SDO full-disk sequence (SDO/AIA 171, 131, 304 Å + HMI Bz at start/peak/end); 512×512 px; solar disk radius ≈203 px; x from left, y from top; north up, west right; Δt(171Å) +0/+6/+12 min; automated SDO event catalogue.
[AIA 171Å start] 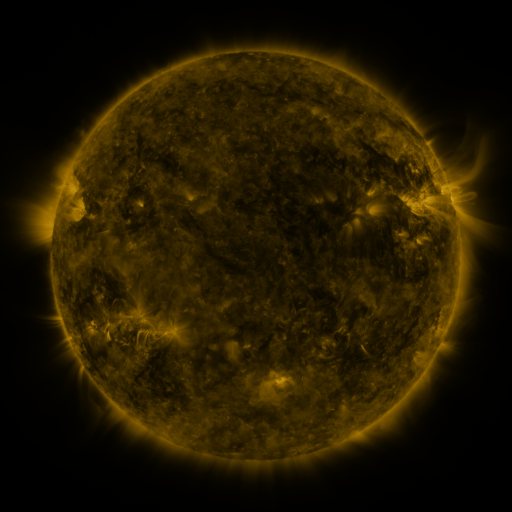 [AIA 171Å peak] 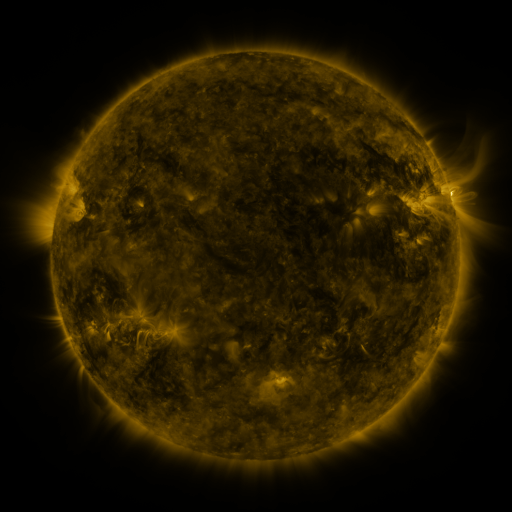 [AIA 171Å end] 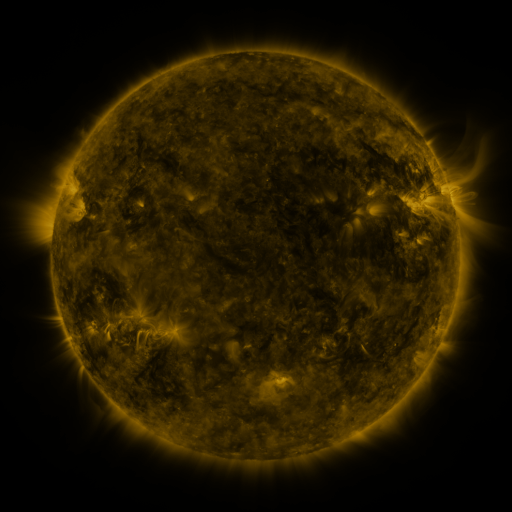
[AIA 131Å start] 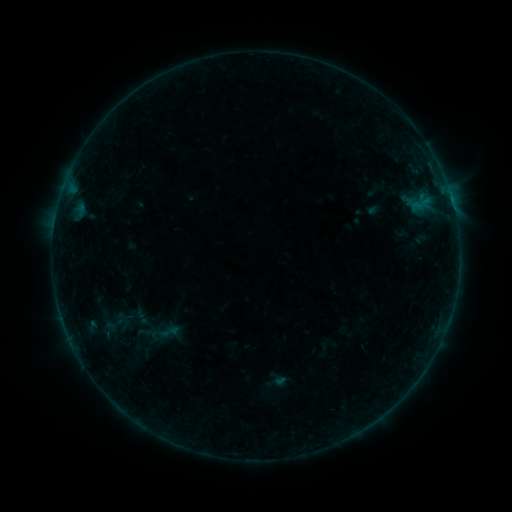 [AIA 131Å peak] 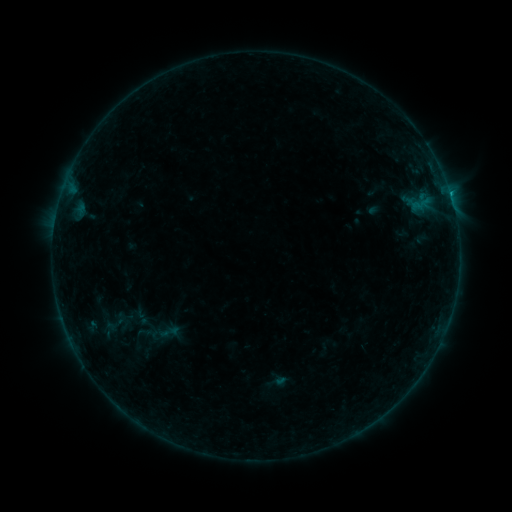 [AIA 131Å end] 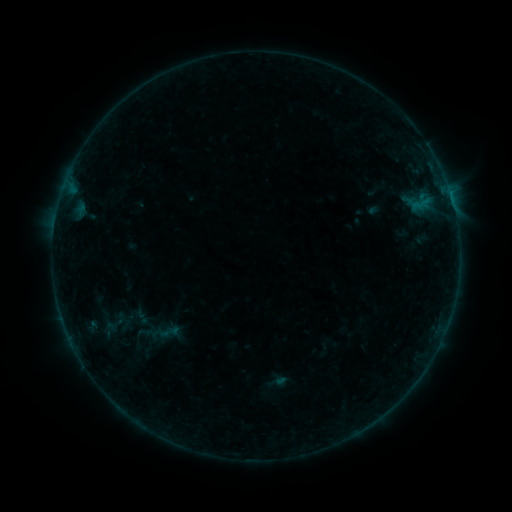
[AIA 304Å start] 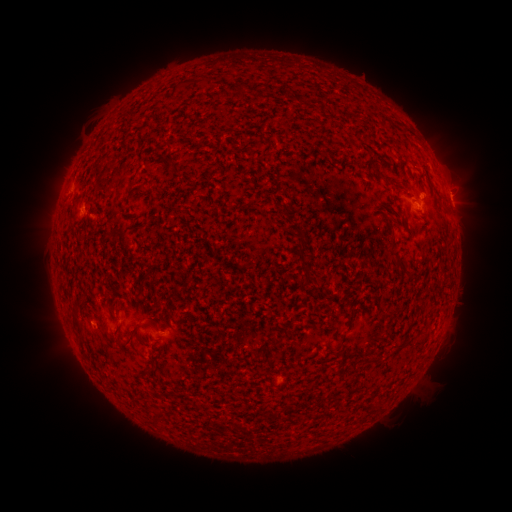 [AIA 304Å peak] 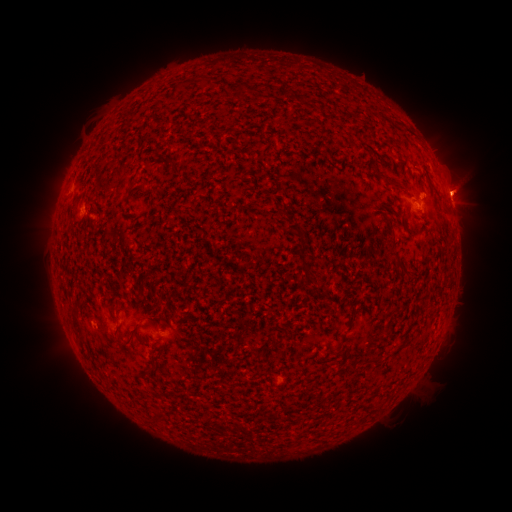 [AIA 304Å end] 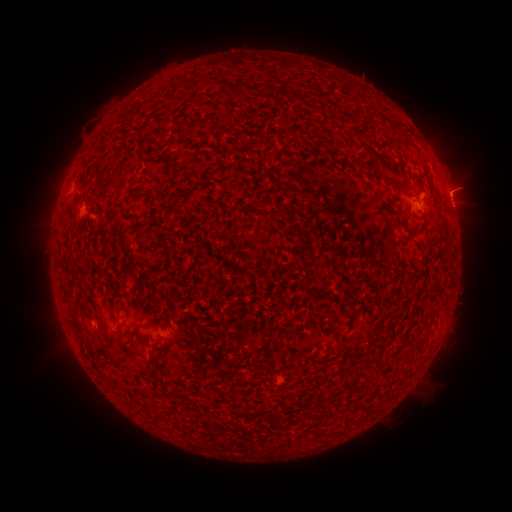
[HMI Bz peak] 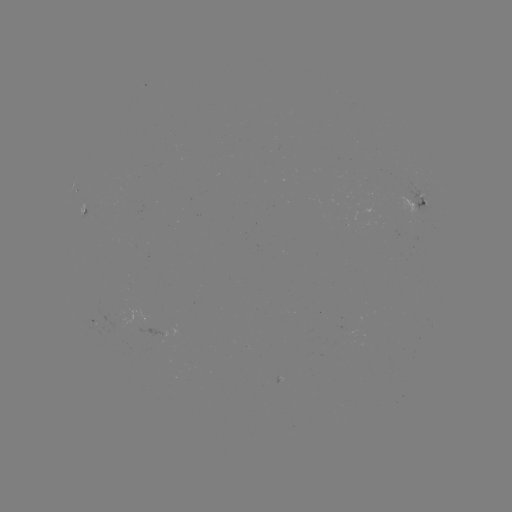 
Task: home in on B3.4 flare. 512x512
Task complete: [450, 196].